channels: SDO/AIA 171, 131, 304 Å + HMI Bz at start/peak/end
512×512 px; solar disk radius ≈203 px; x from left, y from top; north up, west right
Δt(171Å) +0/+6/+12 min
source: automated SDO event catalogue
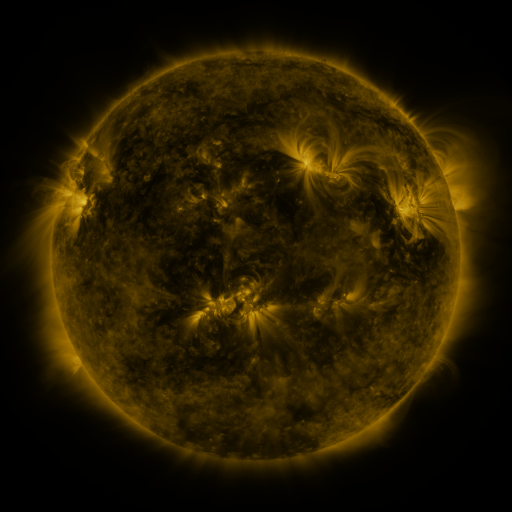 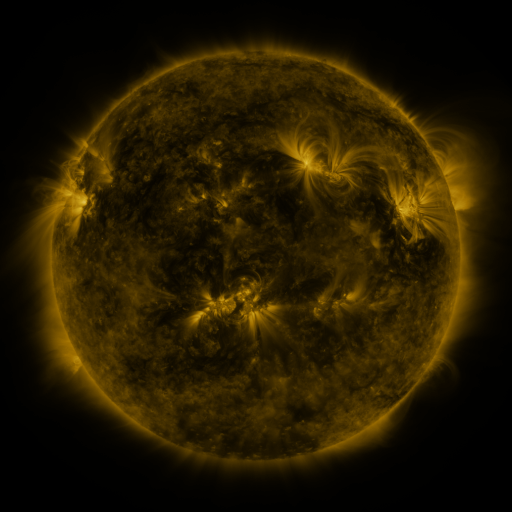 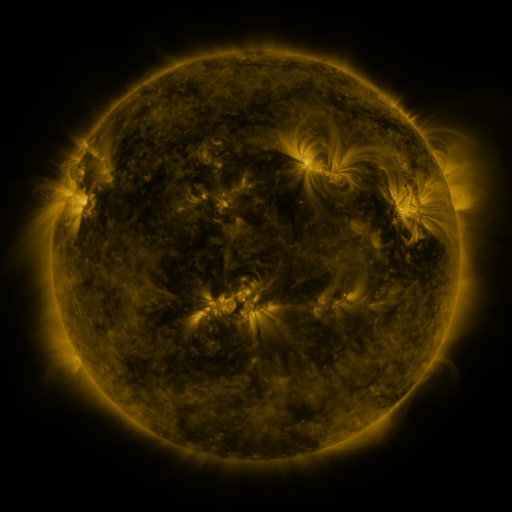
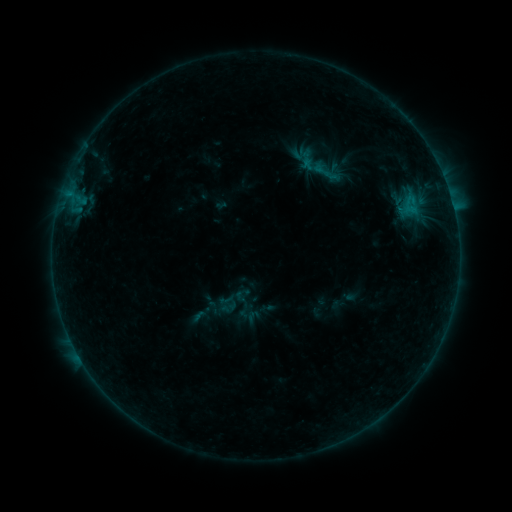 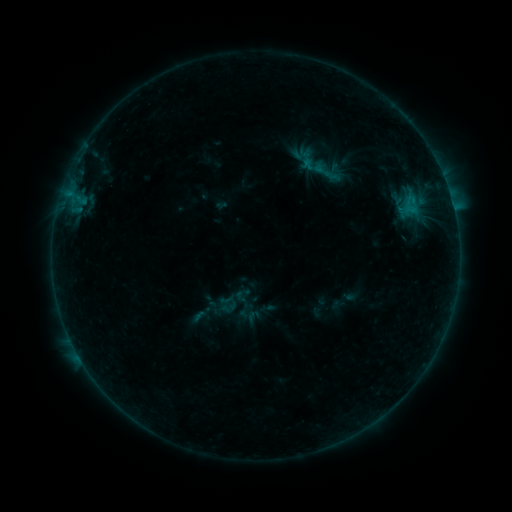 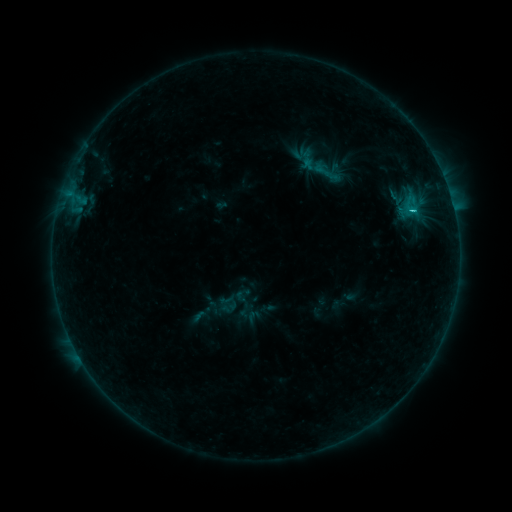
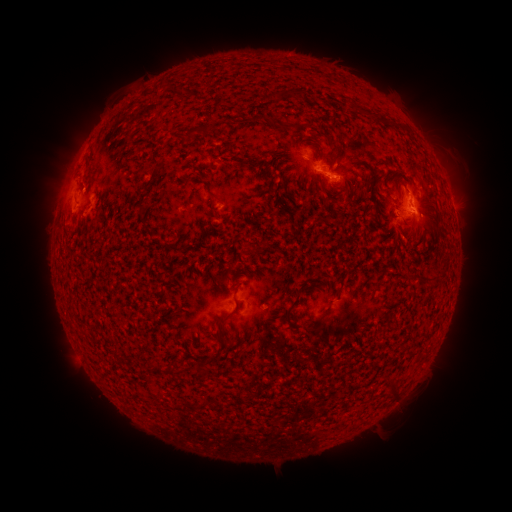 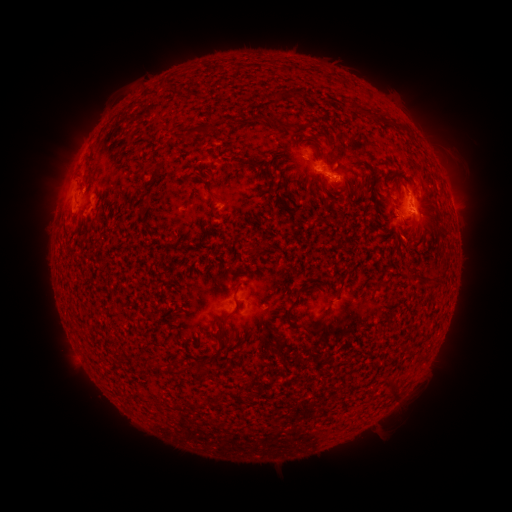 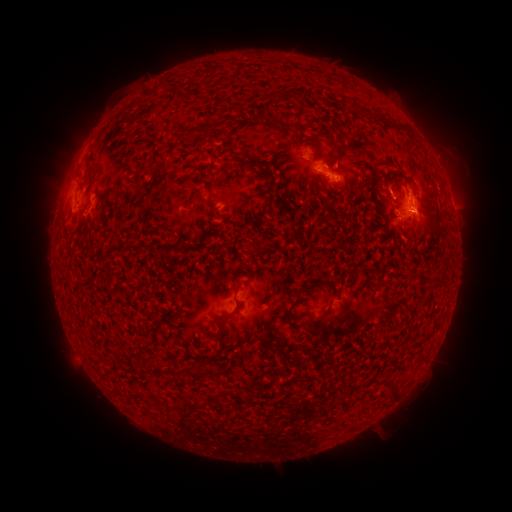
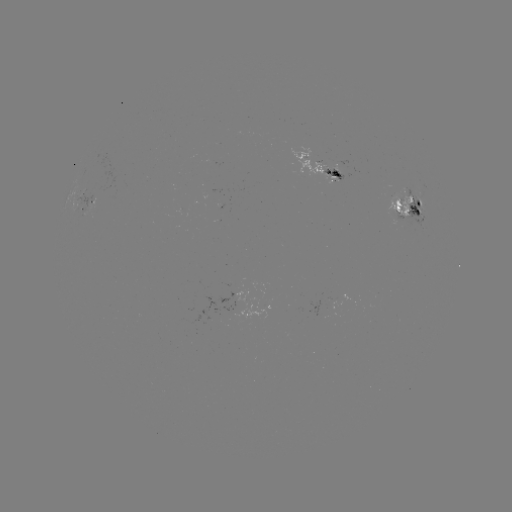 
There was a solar flare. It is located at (410, 211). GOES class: B9.0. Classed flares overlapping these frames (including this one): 1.